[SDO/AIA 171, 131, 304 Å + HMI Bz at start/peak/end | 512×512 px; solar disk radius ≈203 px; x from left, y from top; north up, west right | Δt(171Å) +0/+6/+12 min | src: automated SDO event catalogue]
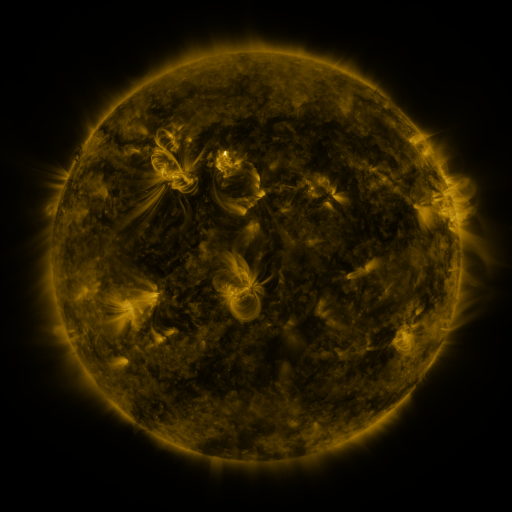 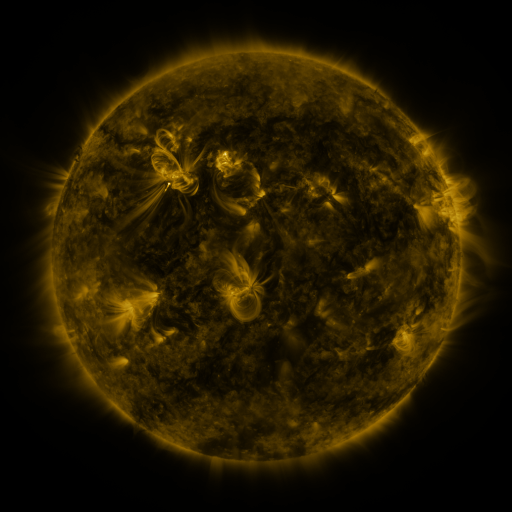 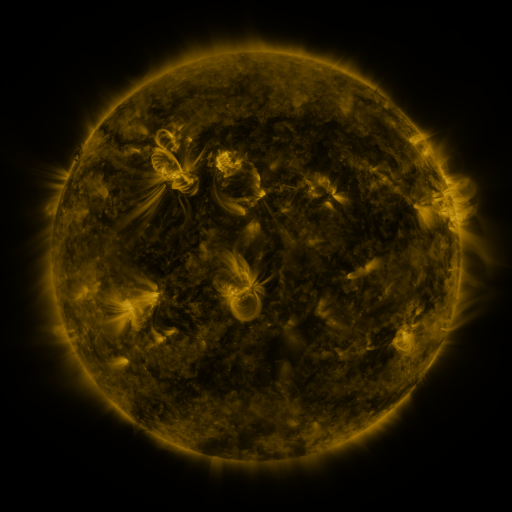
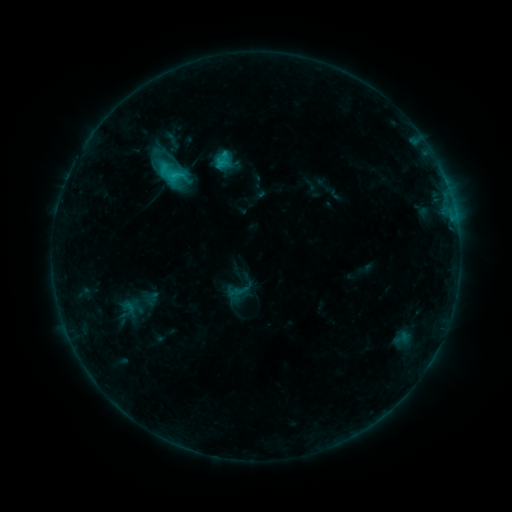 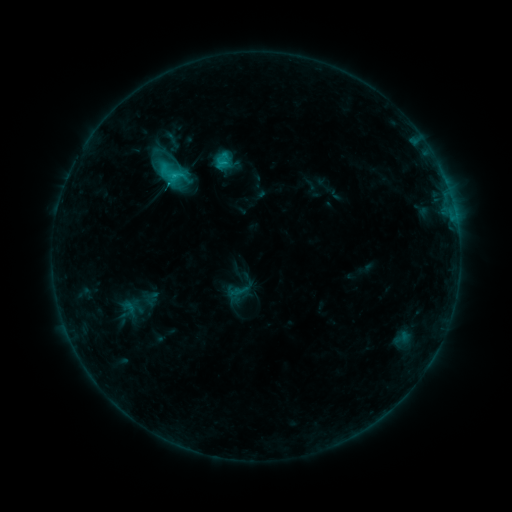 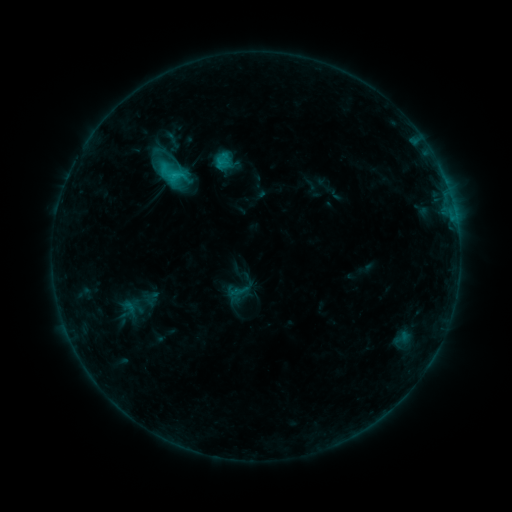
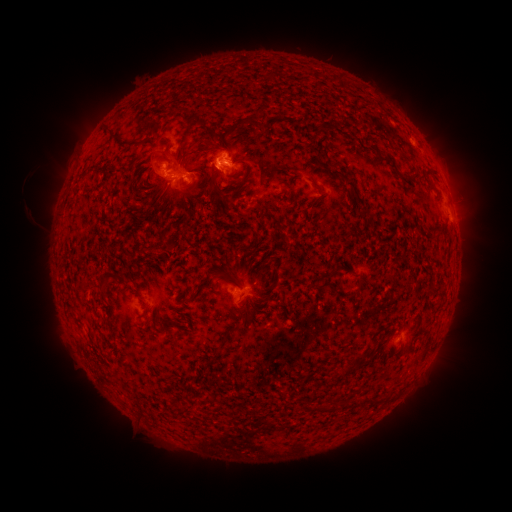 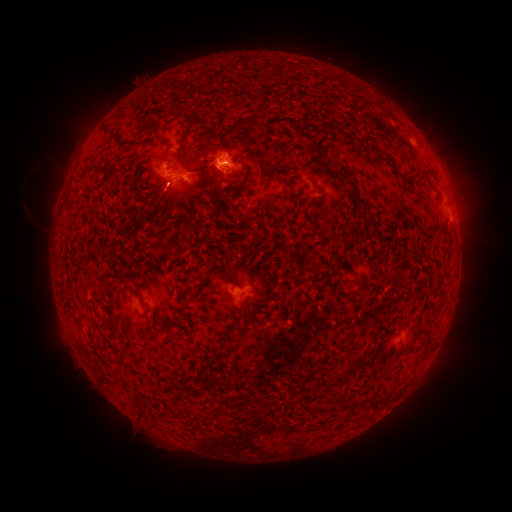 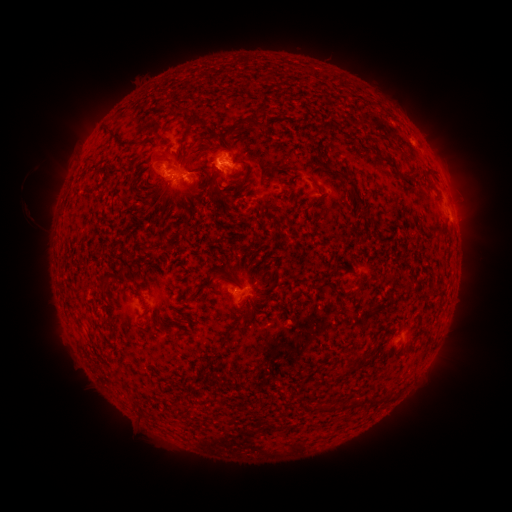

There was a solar eruption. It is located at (162, 205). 